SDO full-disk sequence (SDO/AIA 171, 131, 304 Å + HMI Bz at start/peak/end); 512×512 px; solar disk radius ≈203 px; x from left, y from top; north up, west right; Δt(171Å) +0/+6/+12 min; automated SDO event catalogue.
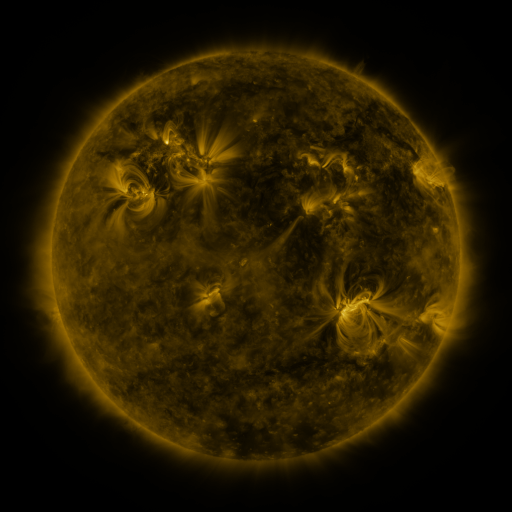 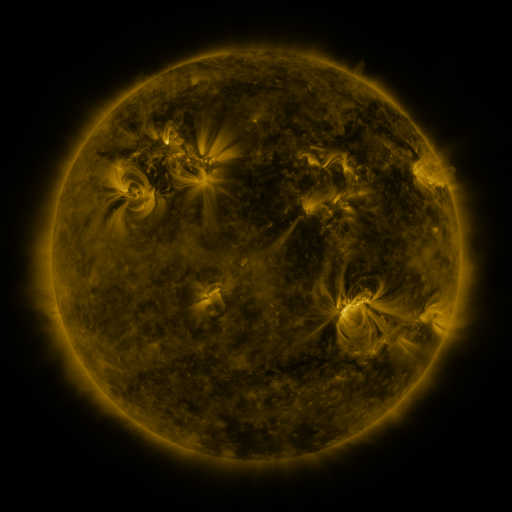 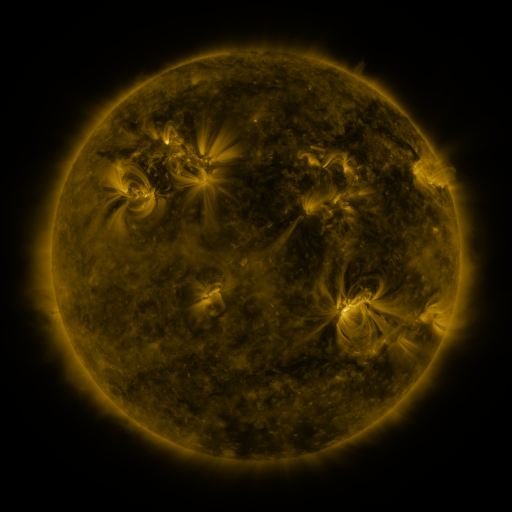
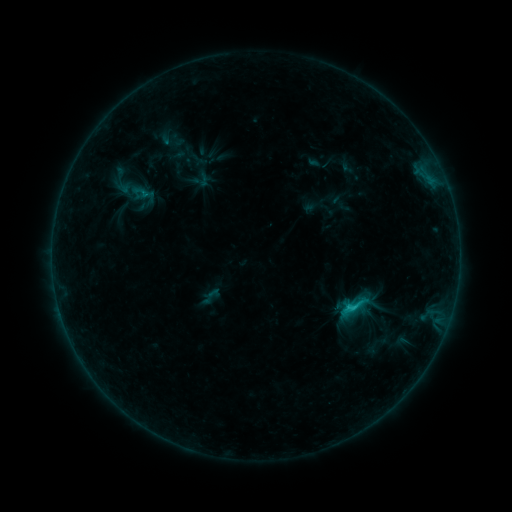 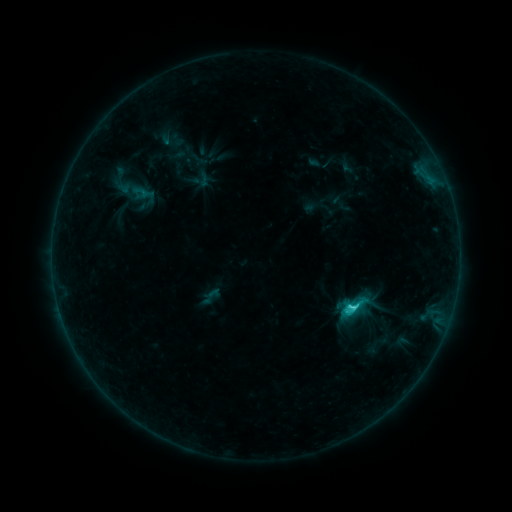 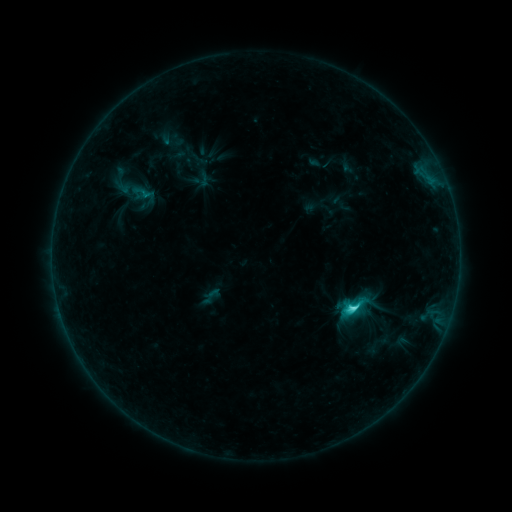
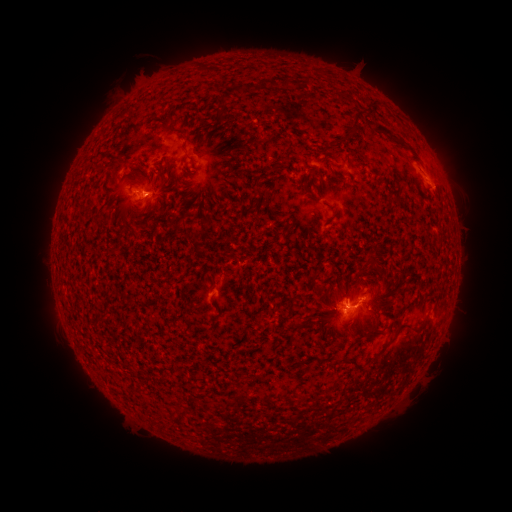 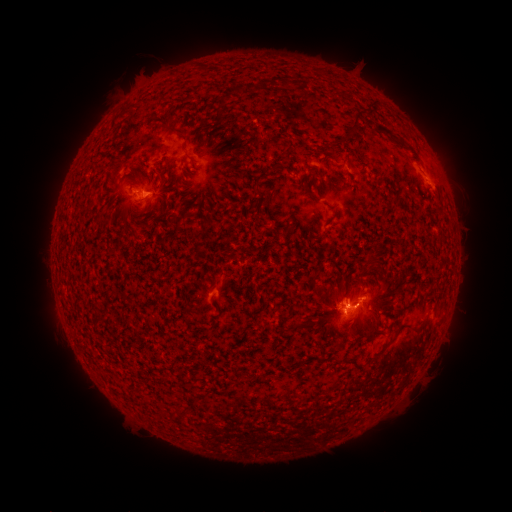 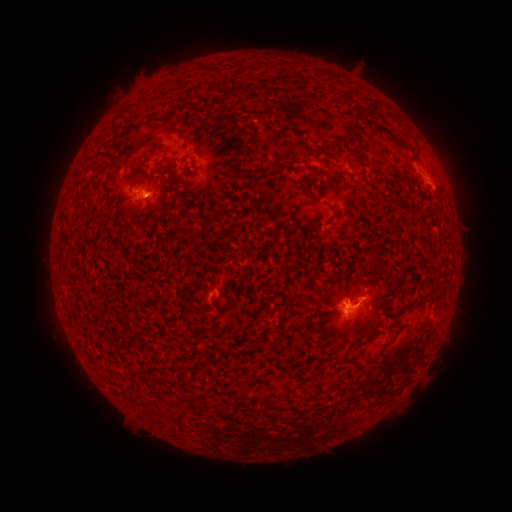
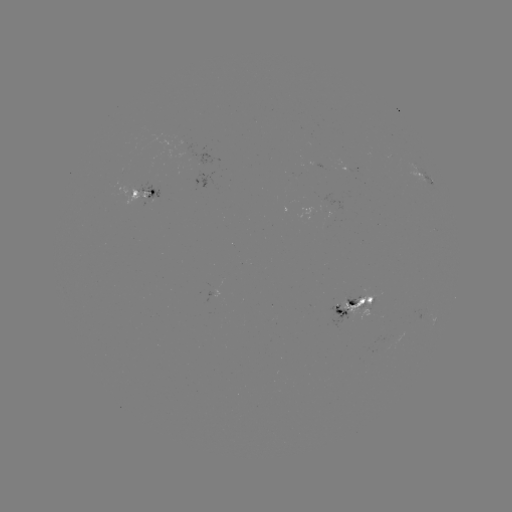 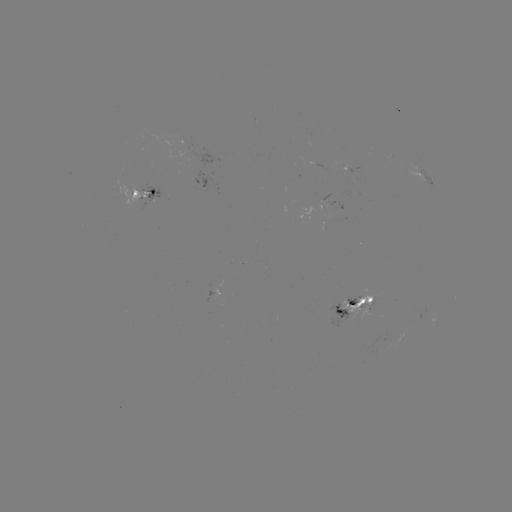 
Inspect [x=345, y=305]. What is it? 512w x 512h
C3.2 flare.